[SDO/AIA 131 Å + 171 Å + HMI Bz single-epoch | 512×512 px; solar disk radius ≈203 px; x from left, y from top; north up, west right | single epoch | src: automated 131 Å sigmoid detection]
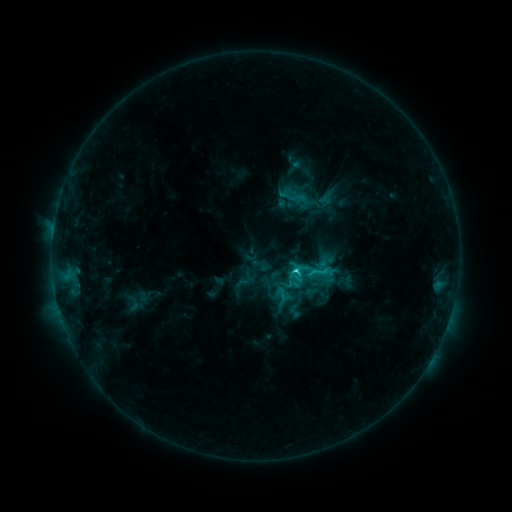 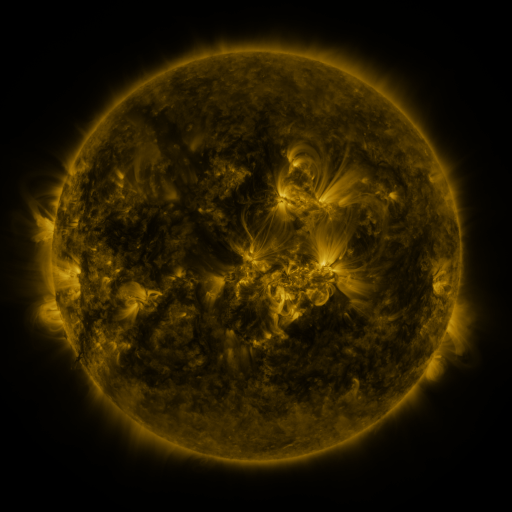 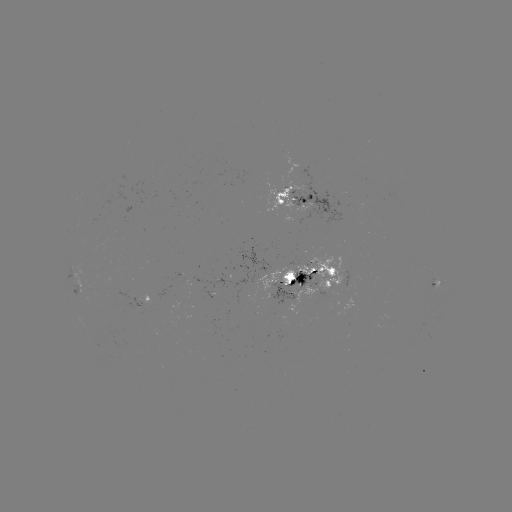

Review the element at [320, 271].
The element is sigmoid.